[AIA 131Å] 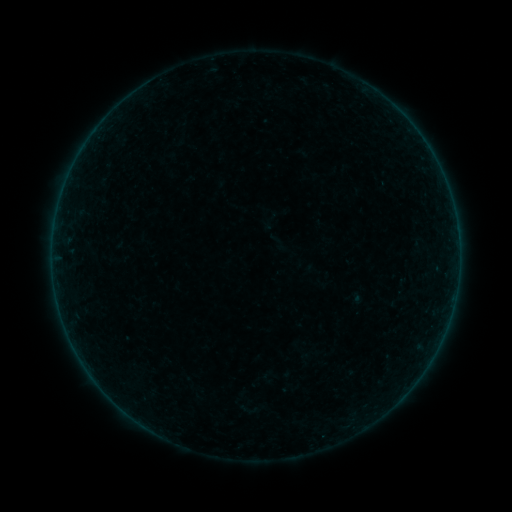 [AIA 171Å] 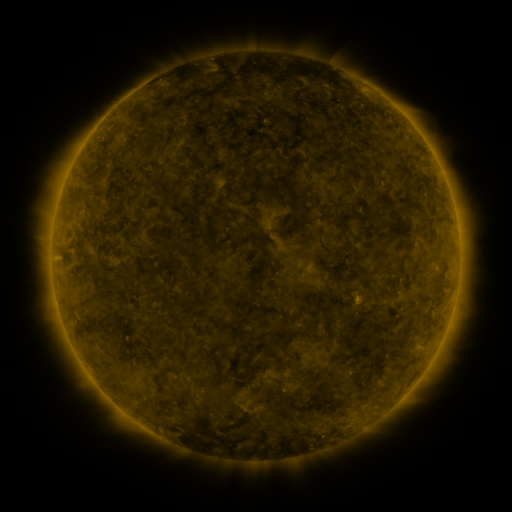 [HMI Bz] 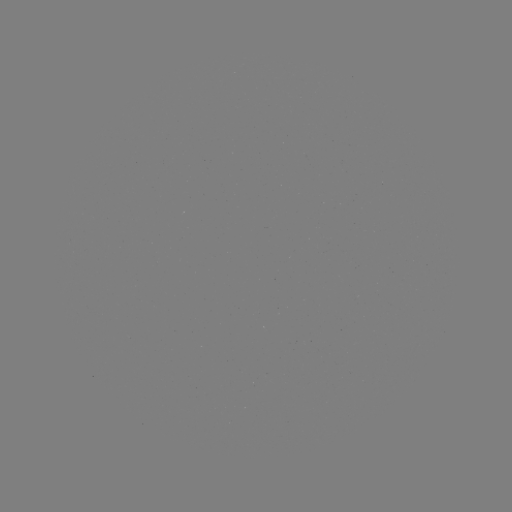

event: sigmoid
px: (247, 410)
